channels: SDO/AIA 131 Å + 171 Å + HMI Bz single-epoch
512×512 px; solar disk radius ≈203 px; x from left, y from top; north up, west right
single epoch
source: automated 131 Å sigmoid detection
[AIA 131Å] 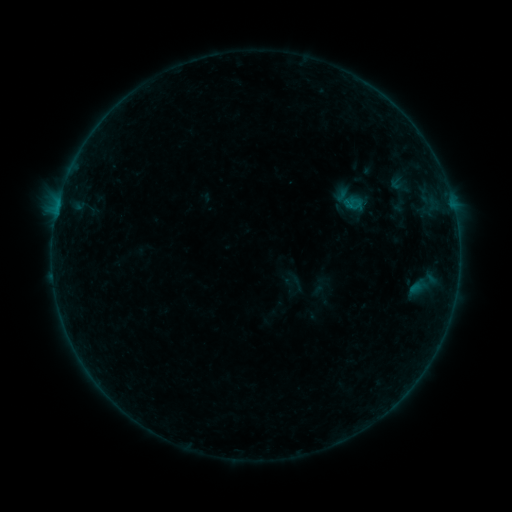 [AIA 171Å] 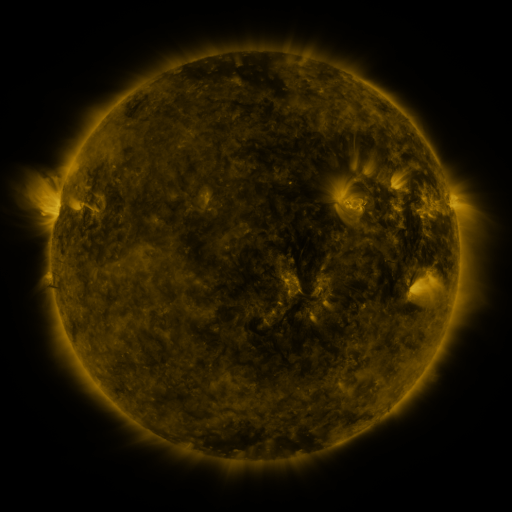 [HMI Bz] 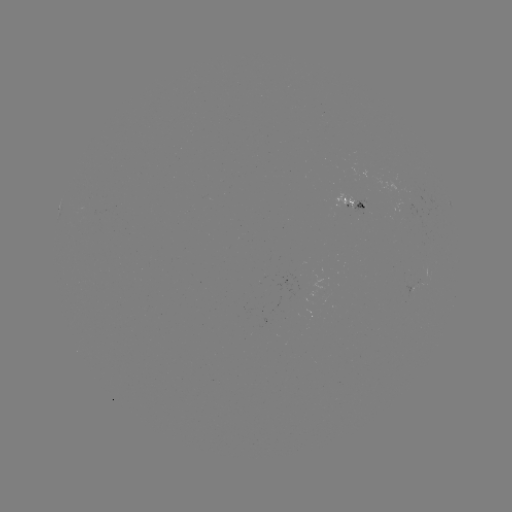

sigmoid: <bbox>341, 195, 364, 215</bbox>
